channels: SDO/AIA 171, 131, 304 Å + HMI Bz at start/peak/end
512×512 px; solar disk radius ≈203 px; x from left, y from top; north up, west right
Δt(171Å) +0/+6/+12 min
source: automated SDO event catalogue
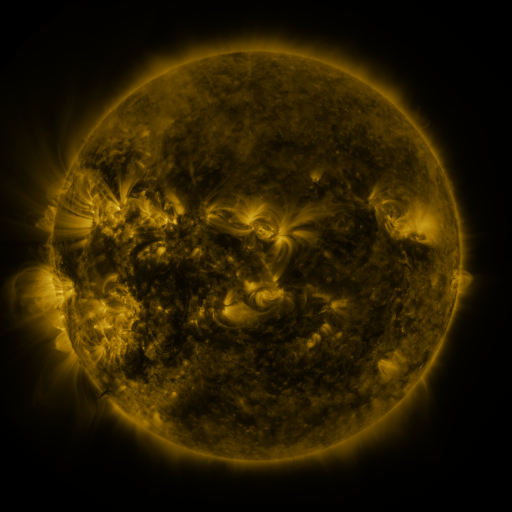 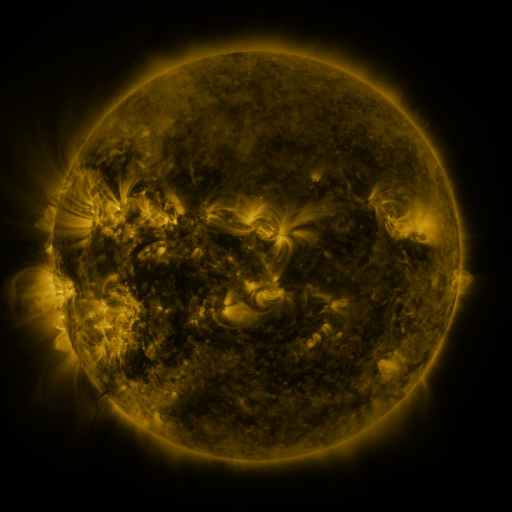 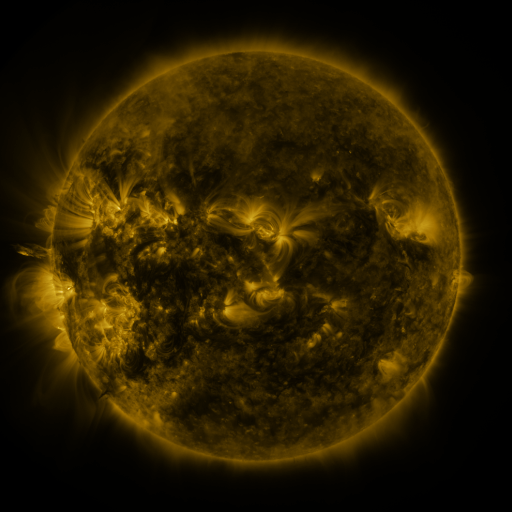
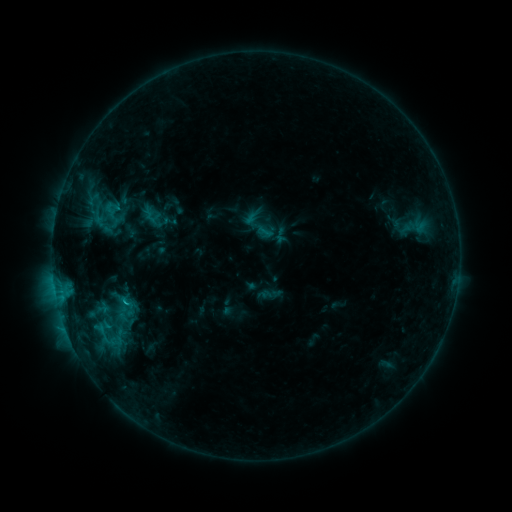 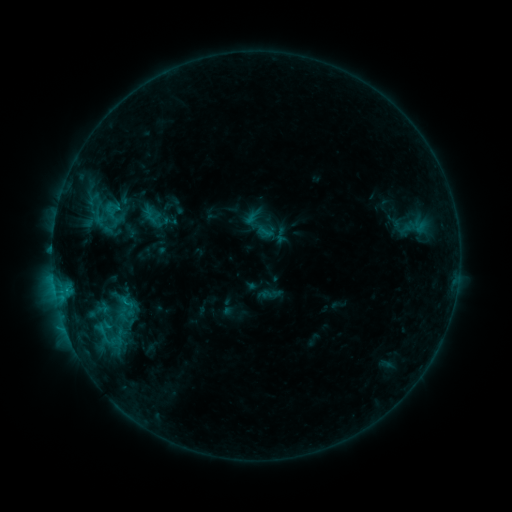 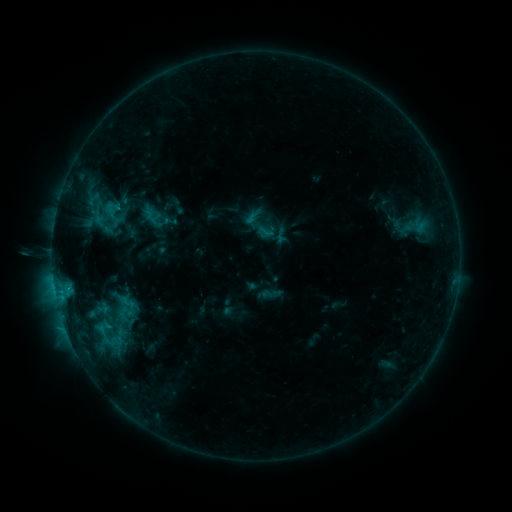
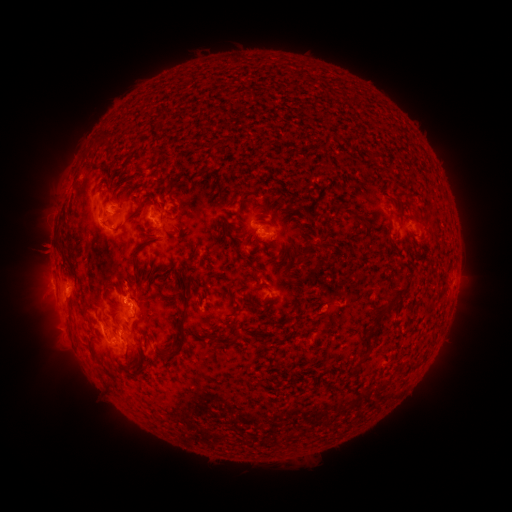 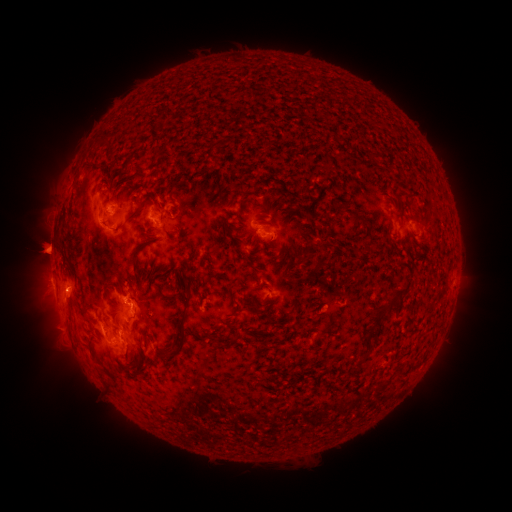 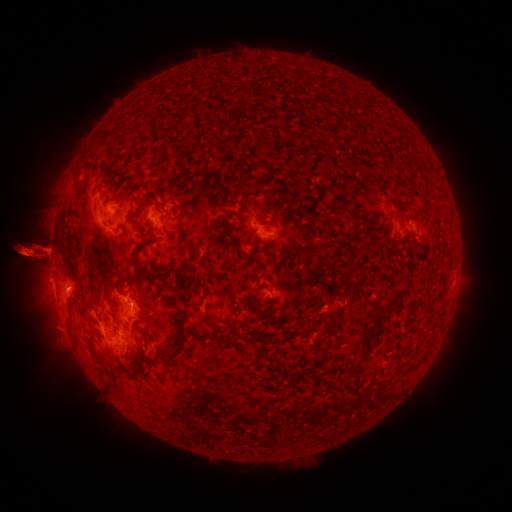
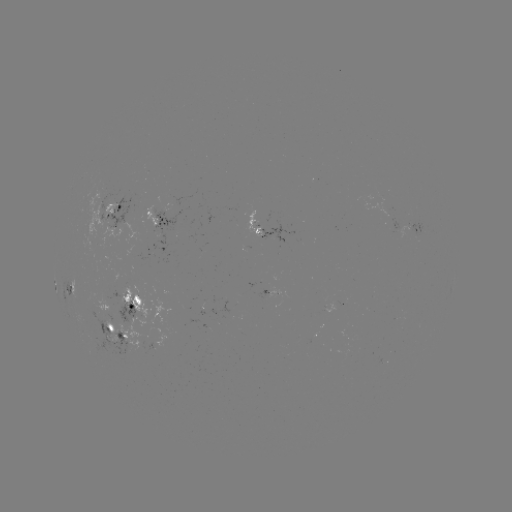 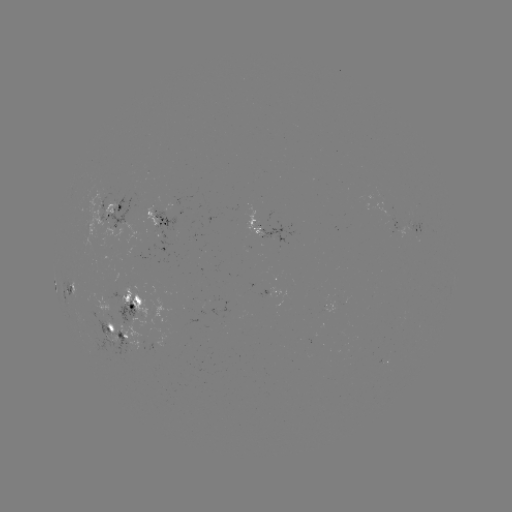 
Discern eruption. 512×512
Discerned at (37, 307).